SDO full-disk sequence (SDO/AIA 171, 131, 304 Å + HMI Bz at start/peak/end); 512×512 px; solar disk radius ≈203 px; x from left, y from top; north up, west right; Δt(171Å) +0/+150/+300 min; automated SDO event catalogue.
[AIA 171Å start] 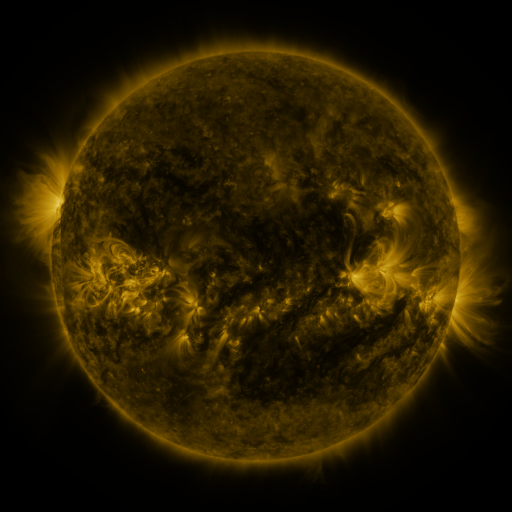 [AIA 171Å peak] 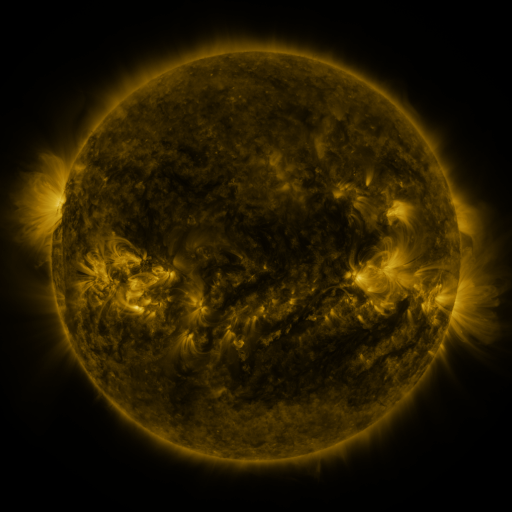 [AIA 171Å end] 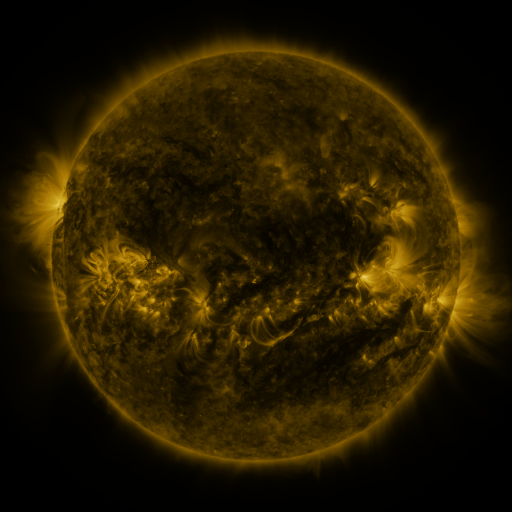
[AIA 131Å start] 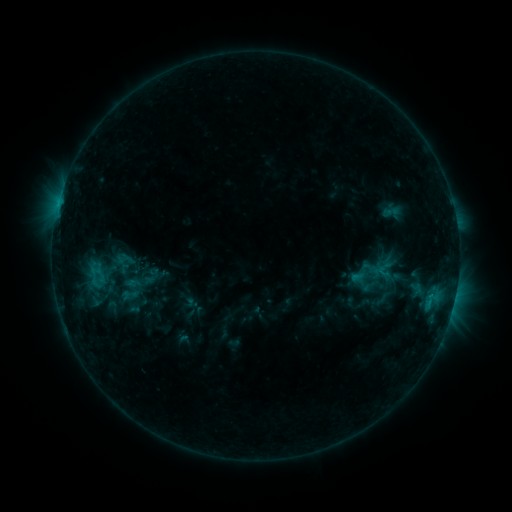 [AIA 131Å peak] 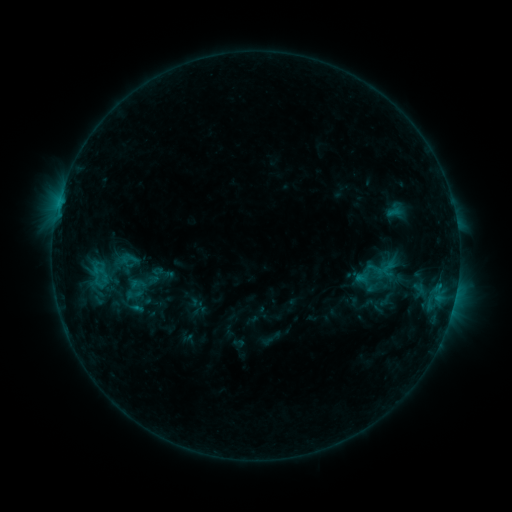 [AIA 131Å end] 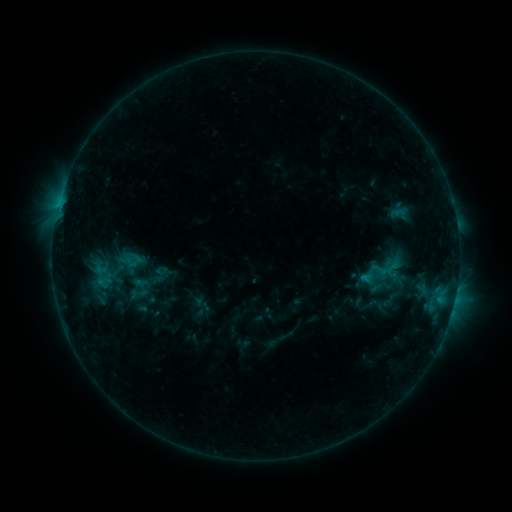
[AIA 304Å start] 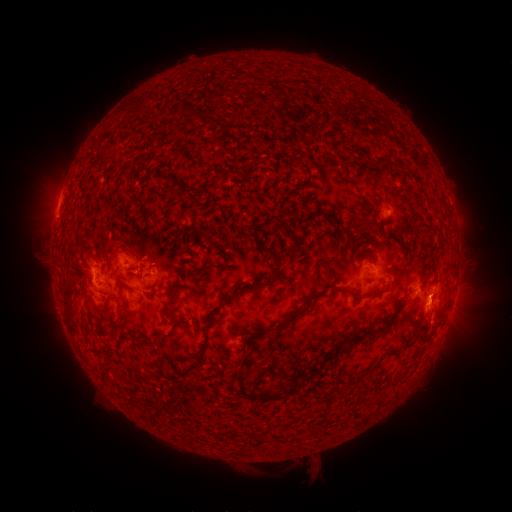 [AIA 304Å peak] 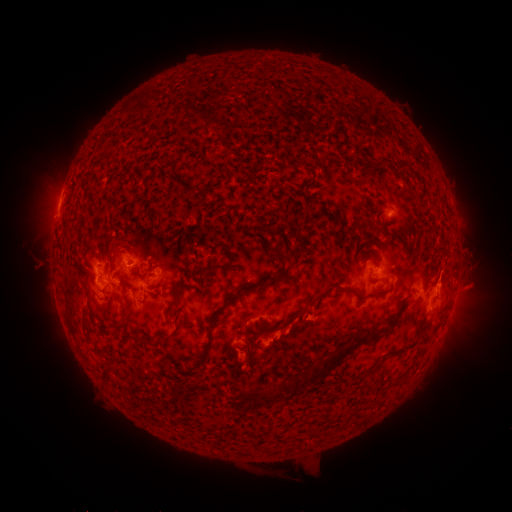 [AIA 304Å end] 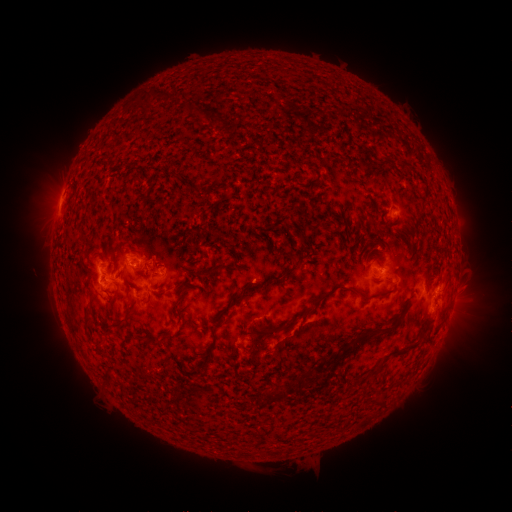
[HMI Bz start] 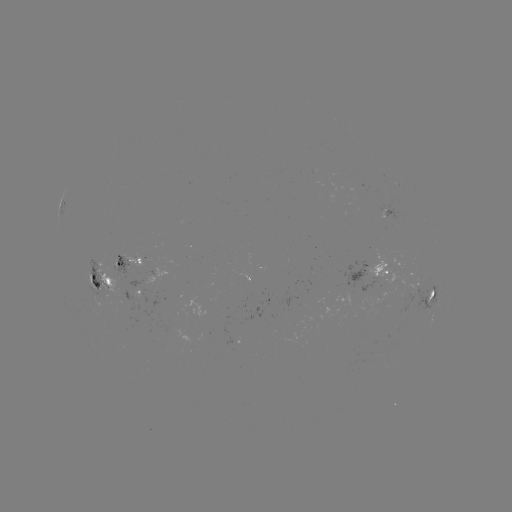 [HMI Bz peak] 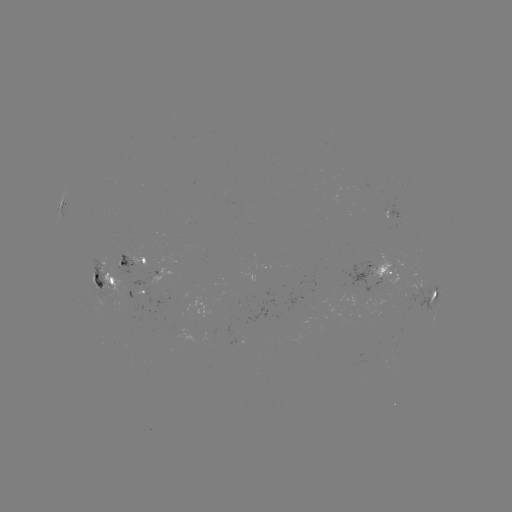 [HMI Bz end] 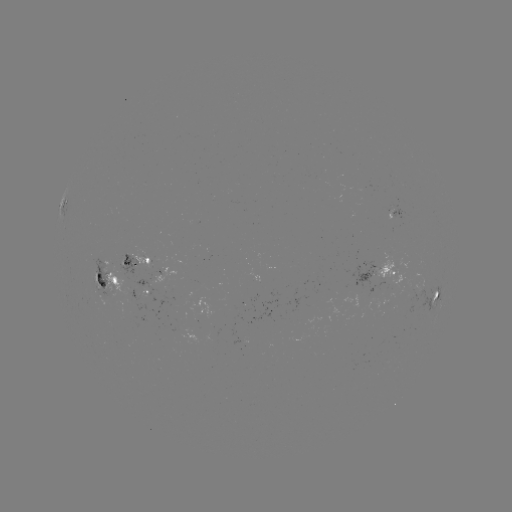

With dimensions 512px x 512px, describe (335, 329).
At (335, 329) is filament eruption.